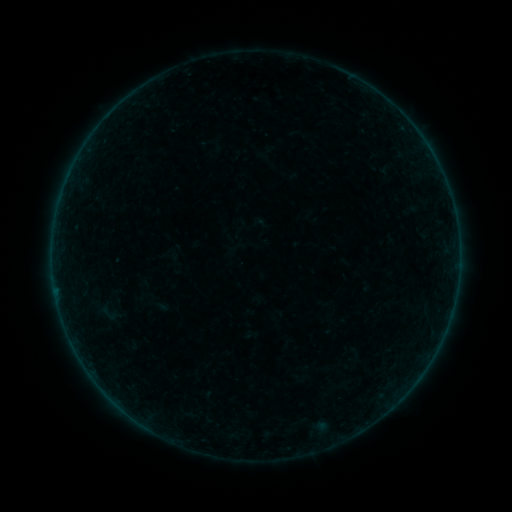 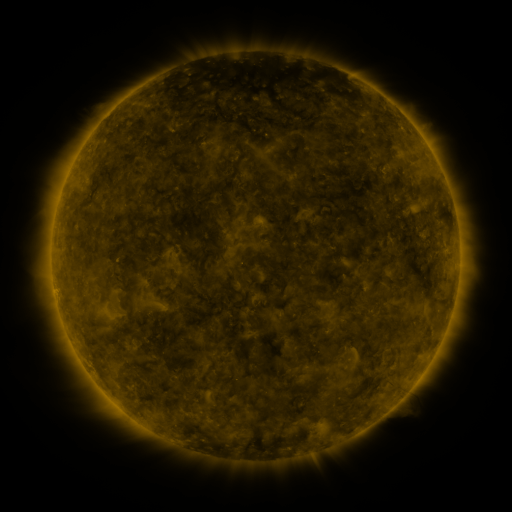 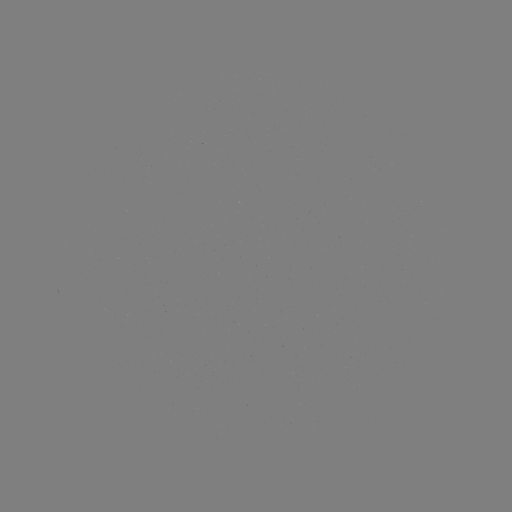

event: sigmoid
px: (108, 313)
